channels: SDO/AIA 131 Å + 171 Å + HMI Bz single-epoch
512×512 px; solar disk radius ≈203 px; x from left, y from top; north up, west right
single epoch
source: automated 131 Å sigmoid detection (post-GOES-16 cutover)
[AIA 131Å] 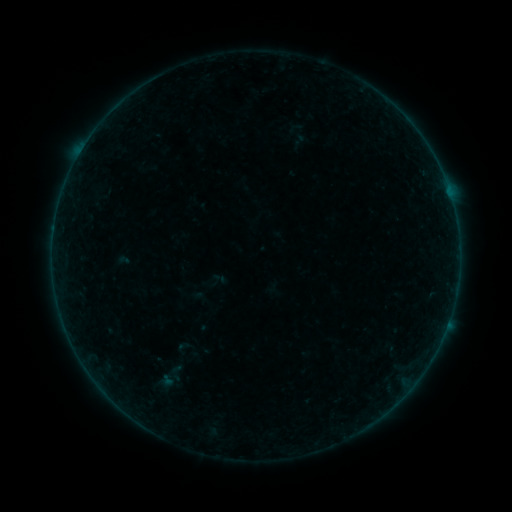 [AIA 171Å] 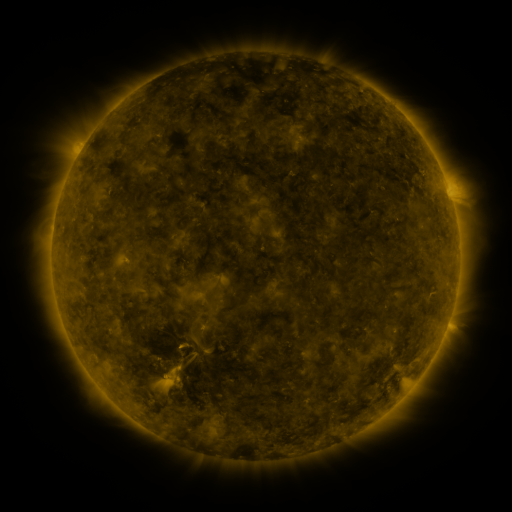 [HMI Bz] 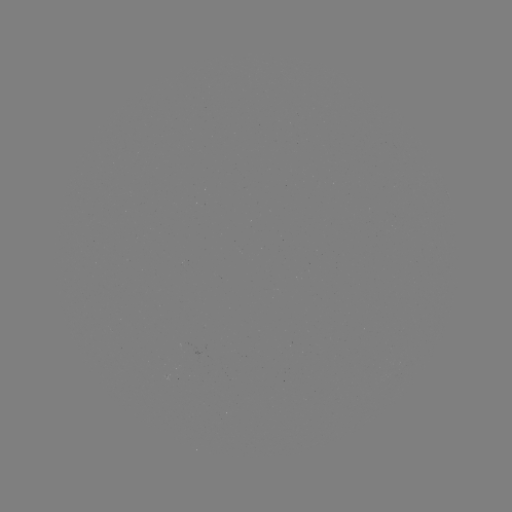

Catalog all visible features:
sigmoid: (176, 373)
